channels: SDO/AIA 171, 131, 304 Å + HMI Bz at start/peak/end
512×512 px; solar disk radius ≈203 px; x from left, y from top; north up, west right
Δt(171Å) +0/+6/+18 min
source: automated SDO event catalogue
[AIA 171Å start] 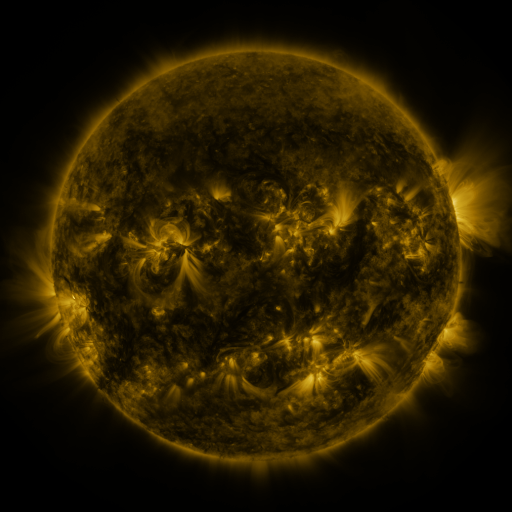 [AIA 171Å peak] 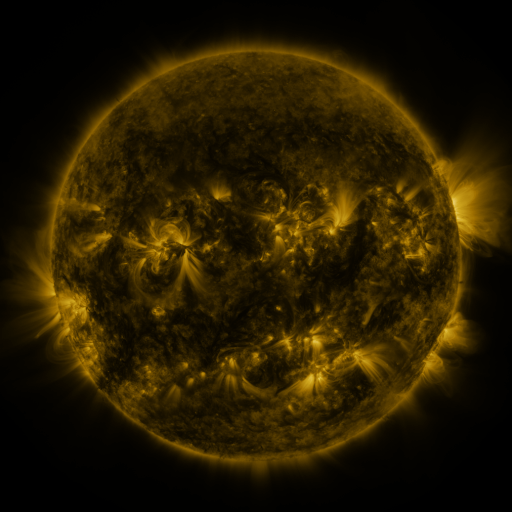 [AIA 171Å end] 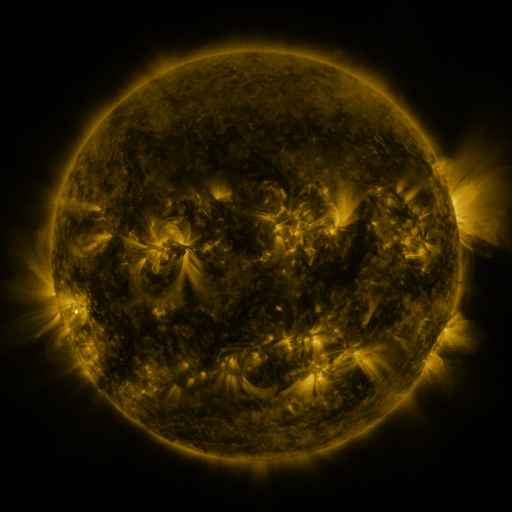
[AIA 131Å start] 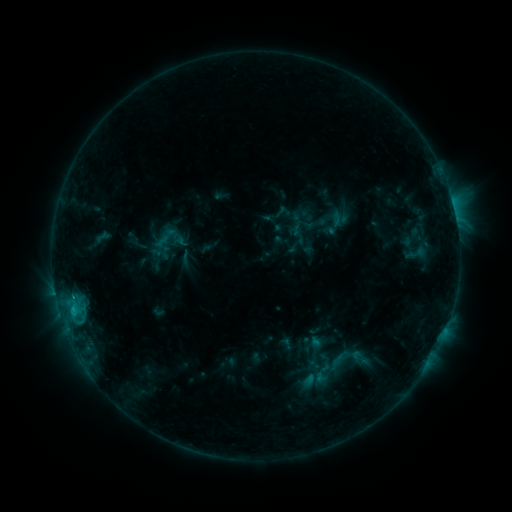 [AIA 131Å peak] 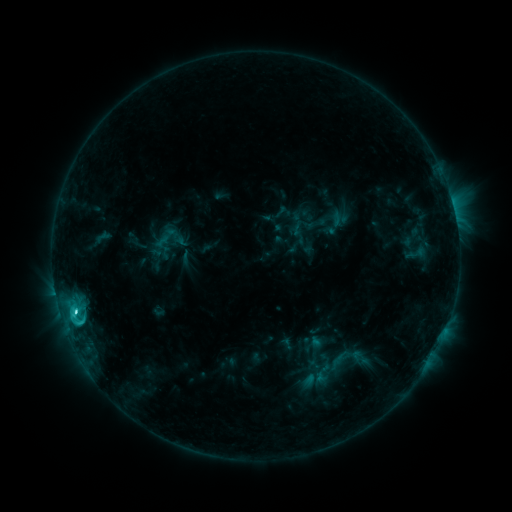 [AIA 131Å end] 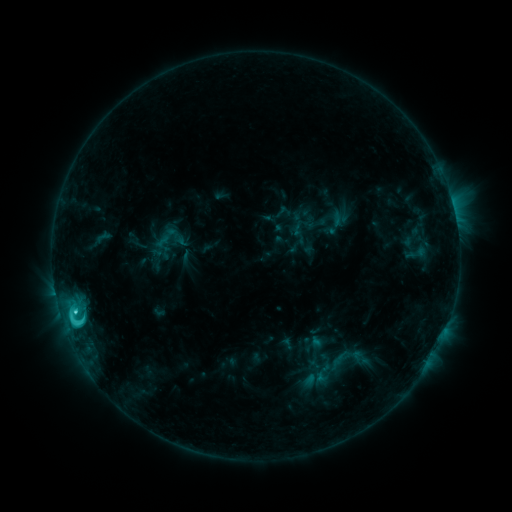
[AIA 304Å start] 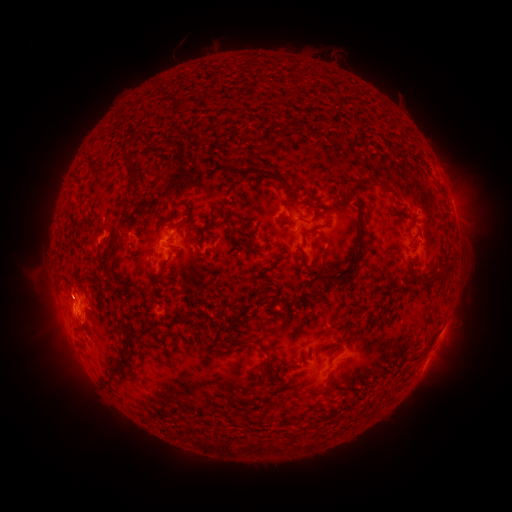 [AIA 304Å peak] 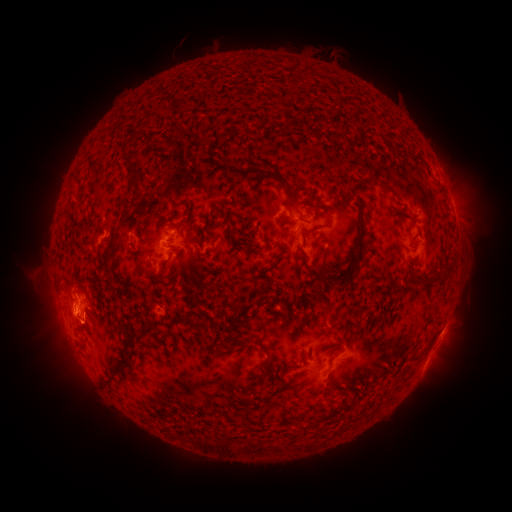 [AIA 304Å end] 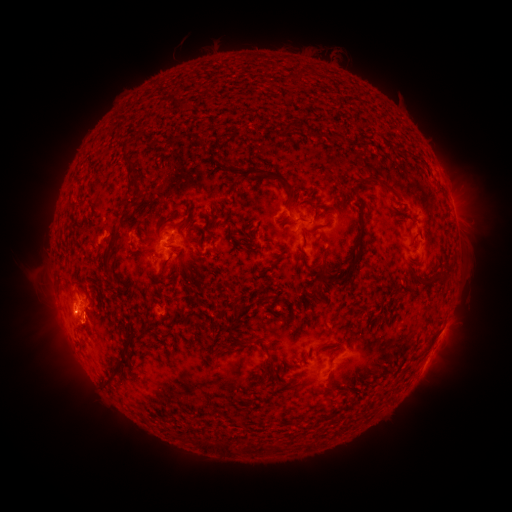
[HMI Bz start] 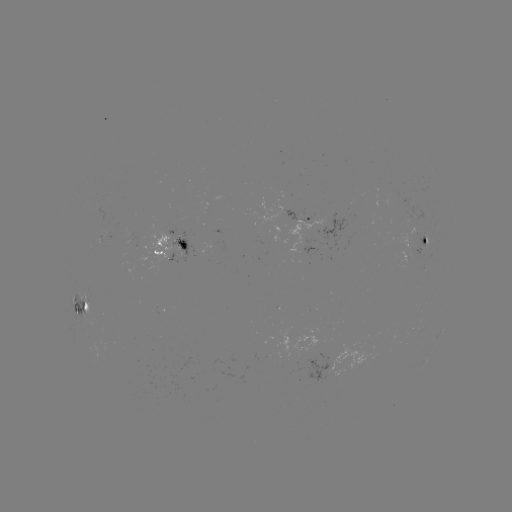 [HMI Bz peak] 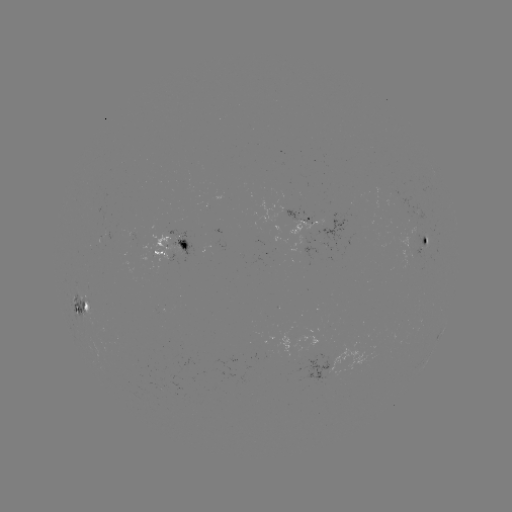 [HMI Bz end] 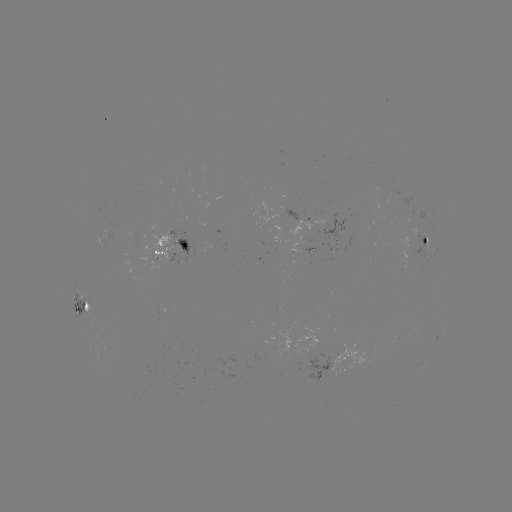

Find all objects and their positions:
C6.3 flare: (74, 308)
